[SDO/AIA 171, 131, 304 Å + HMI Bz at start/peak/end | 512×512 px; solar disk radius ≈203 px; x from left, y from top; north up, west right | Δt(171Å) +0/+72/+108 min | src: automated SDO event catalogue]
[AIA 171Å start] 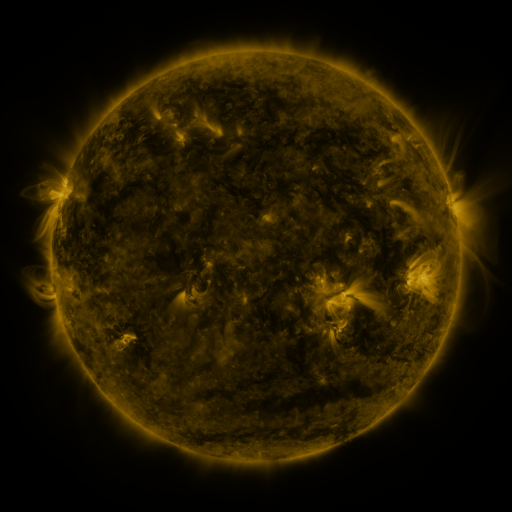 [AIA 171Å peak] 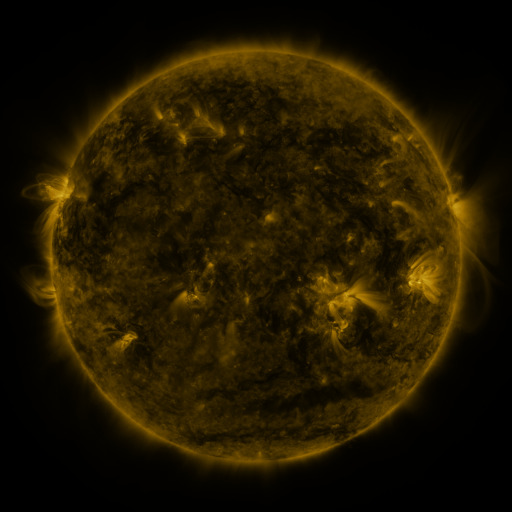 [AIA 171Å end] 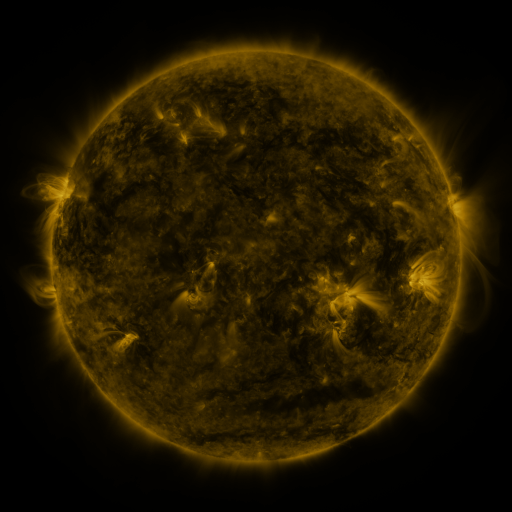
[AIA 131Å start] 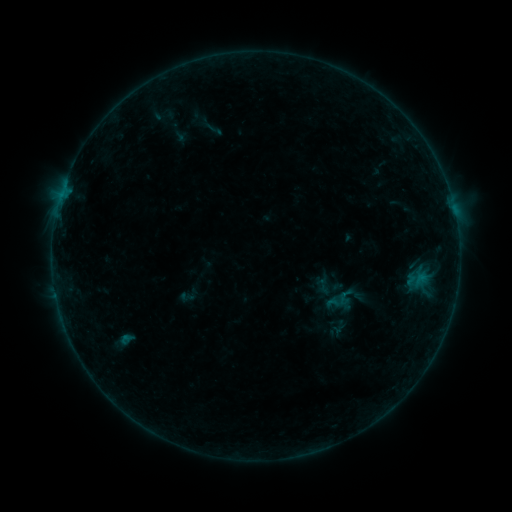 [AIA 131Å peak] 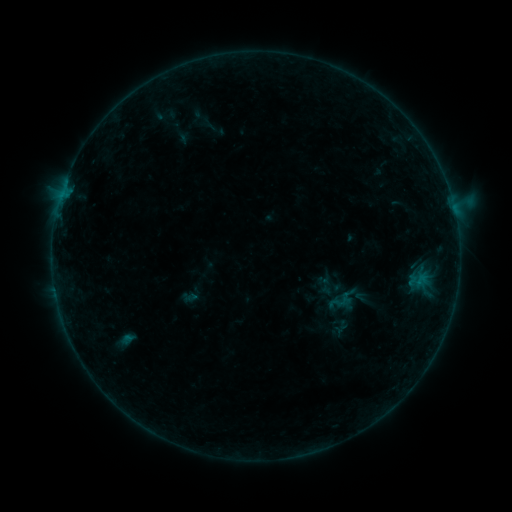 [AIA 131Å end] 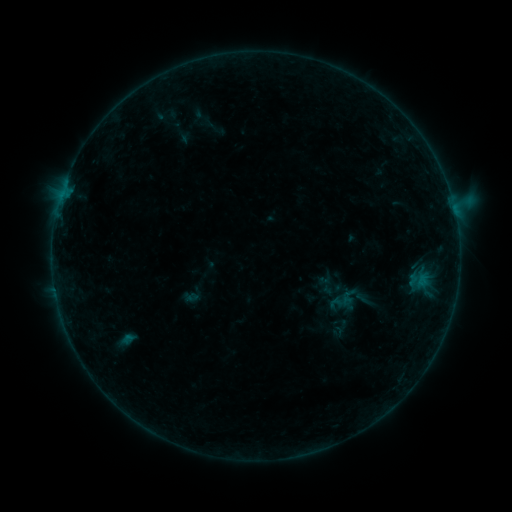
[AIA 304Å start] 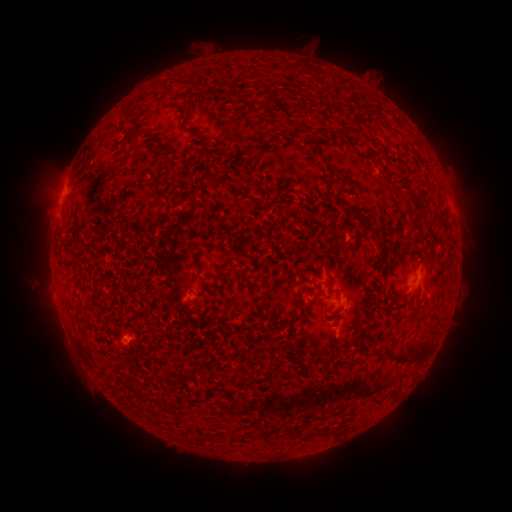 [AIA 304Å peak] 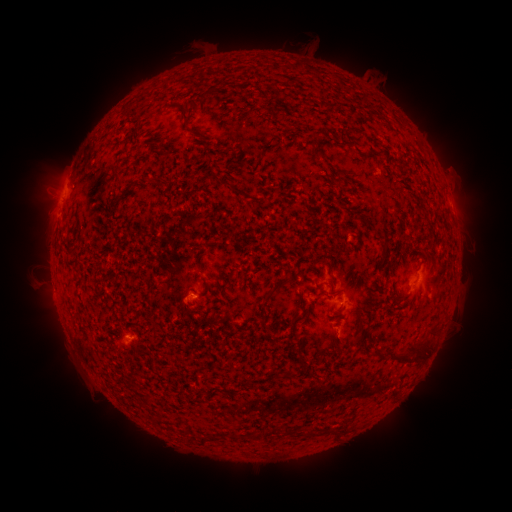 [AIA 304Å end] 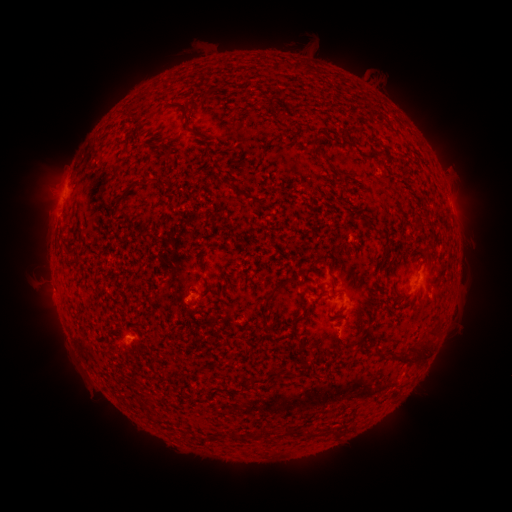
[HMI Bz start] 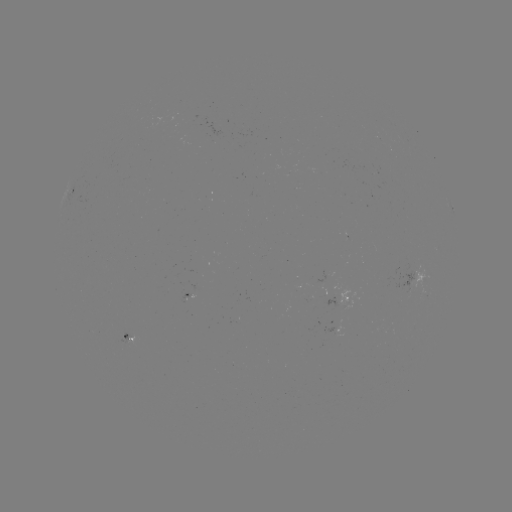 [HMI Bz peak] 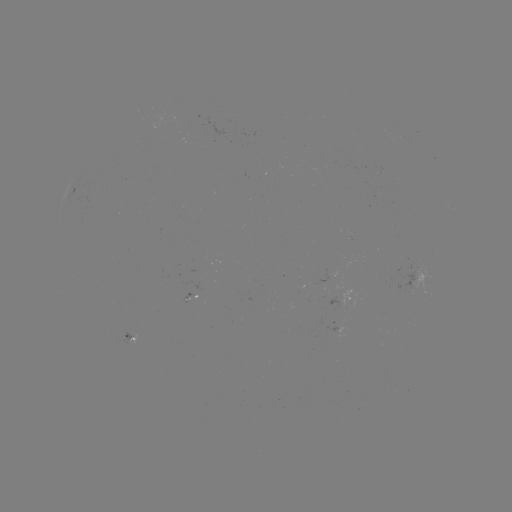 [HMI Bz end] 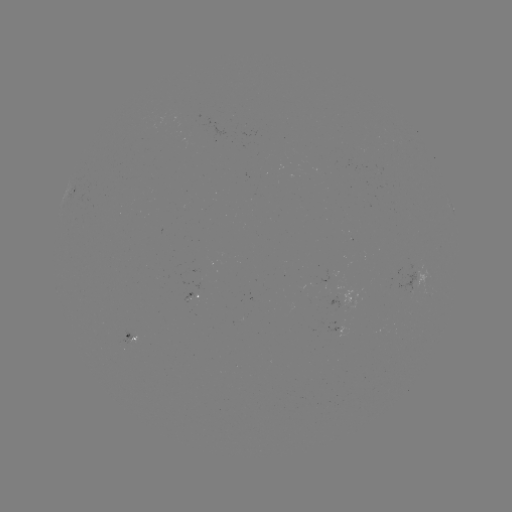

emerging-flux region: <bbox>321, 319, 343, 332</bbox>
